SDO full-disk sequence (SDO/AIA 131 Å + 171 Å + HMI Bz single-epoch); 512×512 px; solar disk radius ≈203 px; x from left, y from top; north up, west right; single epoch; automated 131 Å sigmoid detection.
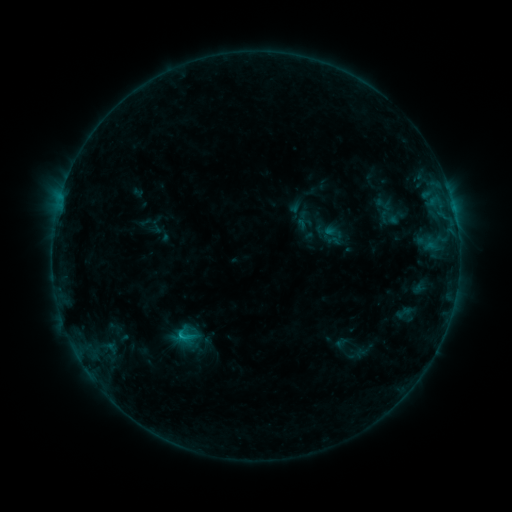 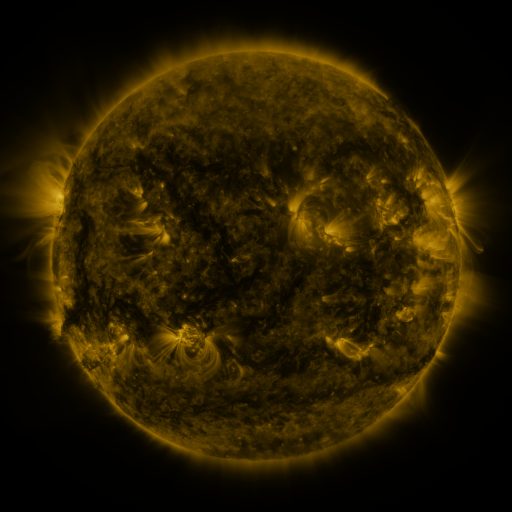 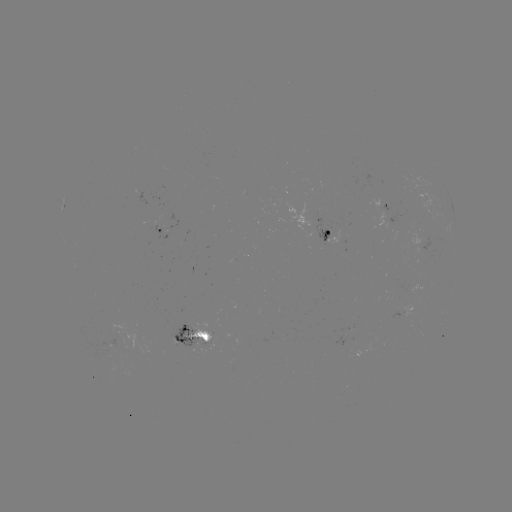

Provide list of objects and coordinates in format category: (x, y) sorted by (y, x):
sigmoid: (404, 313)
sigmoid: (184, 336)
